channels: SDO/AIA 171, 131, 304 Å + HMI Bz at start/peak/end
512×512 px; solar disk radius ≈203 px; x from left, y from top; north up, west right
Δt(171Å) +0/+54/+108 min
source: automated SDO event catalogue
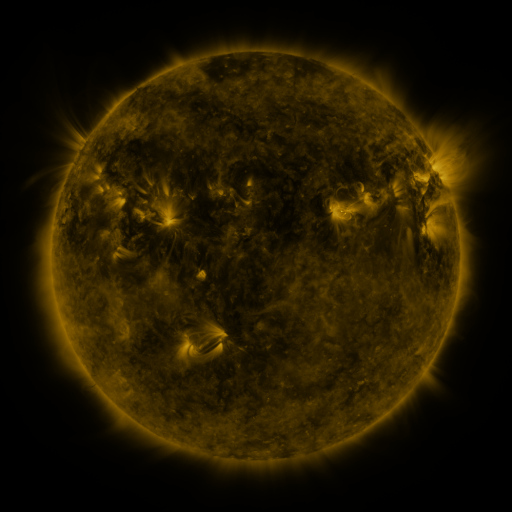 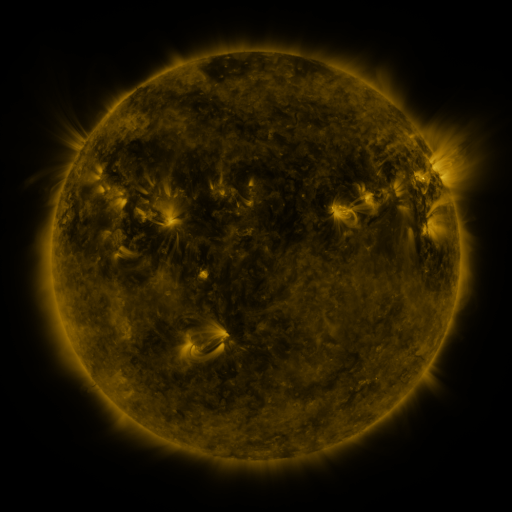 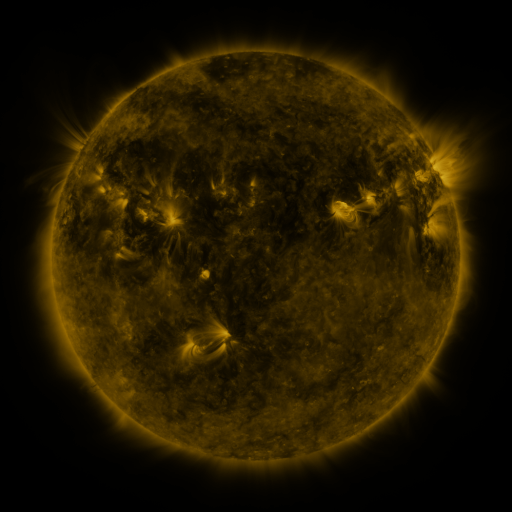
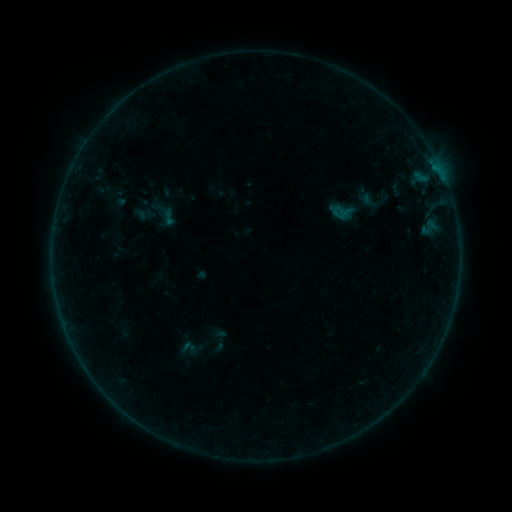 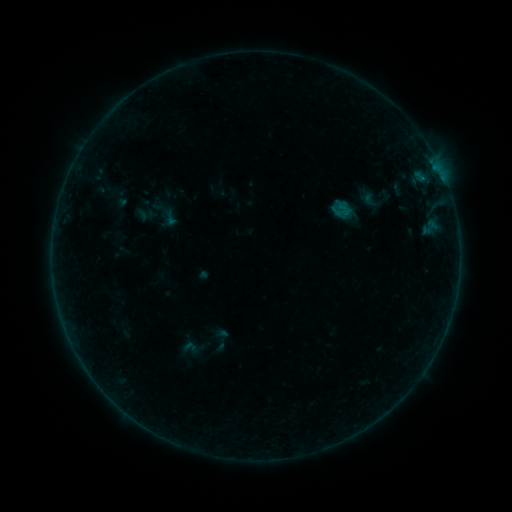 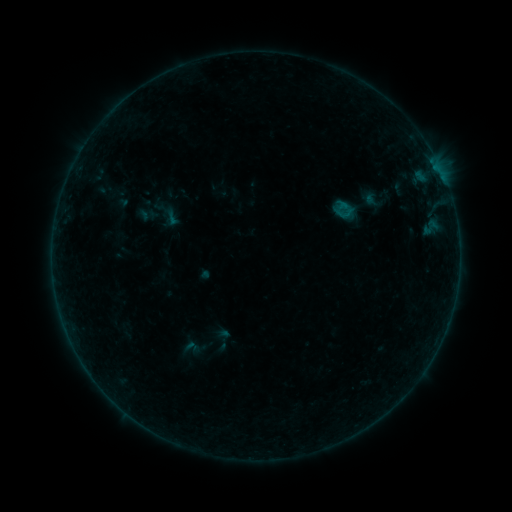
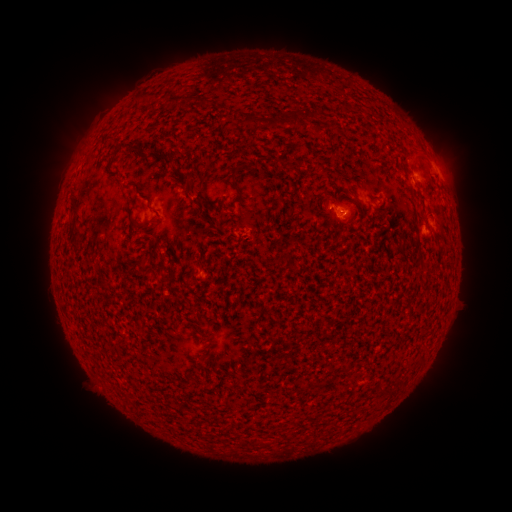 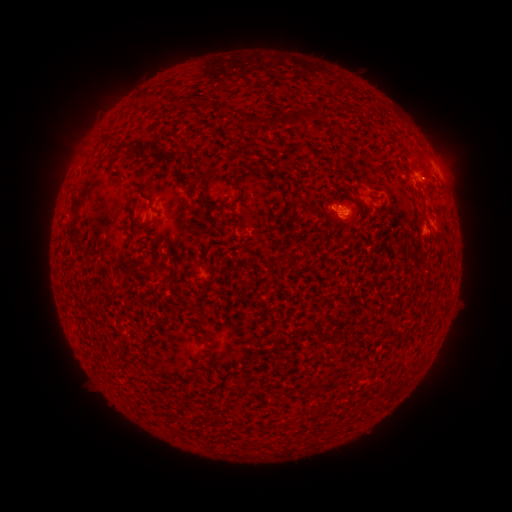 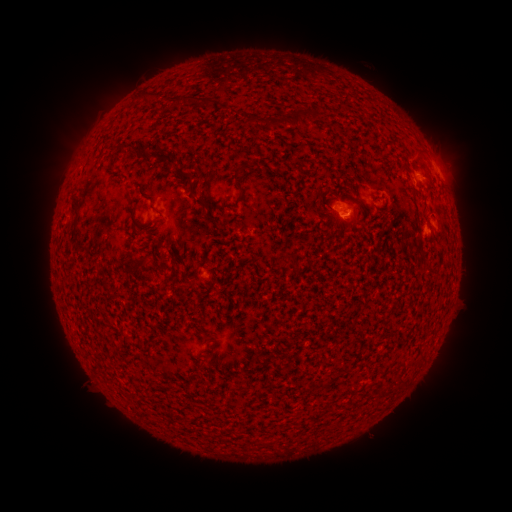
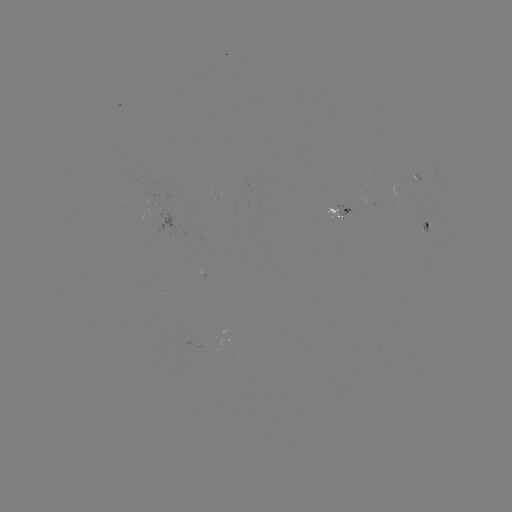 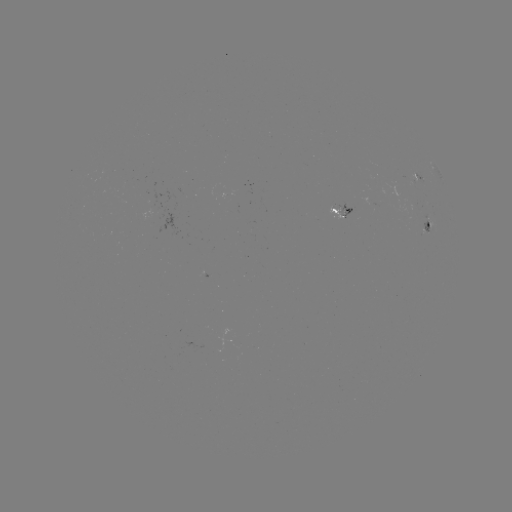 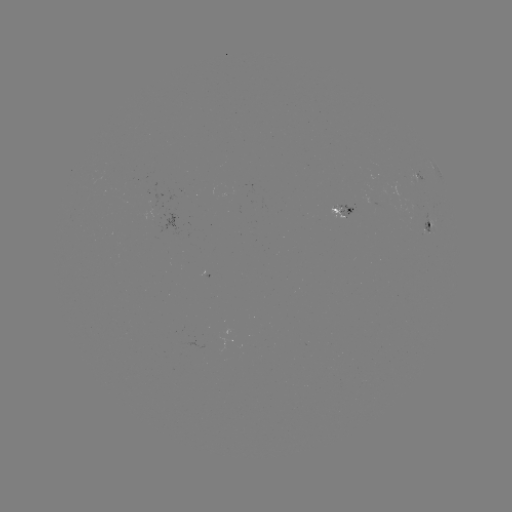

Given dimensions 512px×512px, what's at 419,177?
B2.5 flare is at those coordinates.